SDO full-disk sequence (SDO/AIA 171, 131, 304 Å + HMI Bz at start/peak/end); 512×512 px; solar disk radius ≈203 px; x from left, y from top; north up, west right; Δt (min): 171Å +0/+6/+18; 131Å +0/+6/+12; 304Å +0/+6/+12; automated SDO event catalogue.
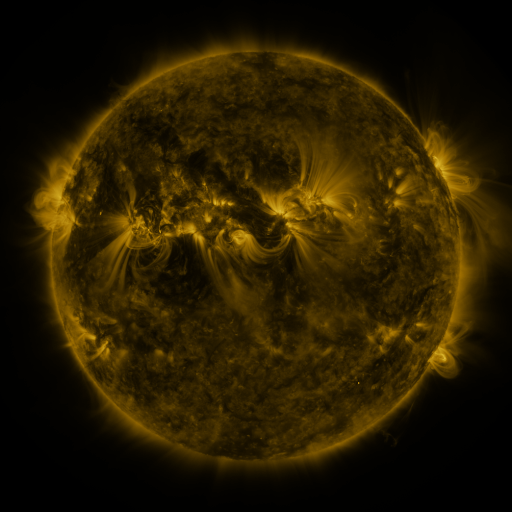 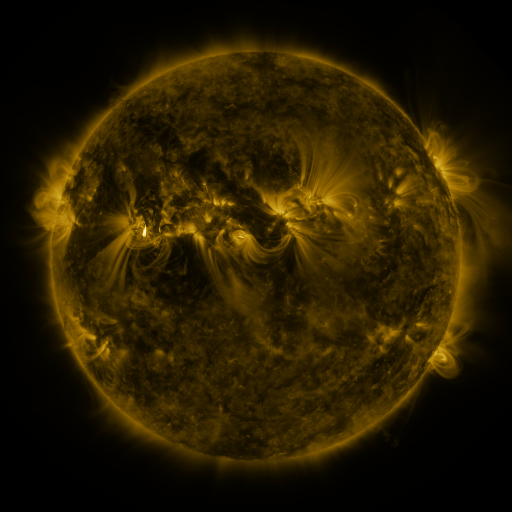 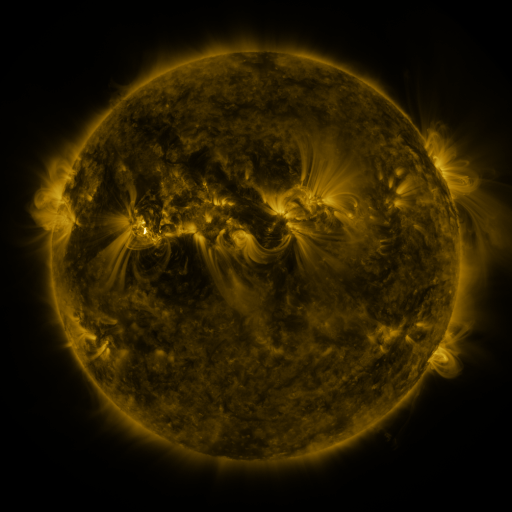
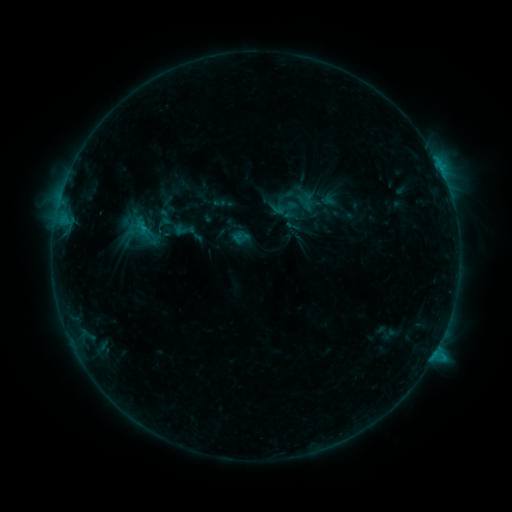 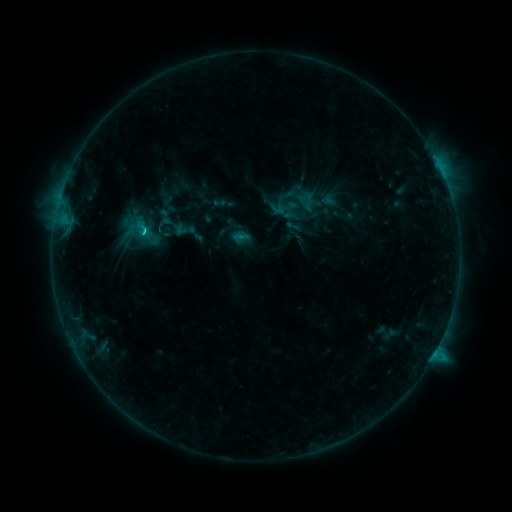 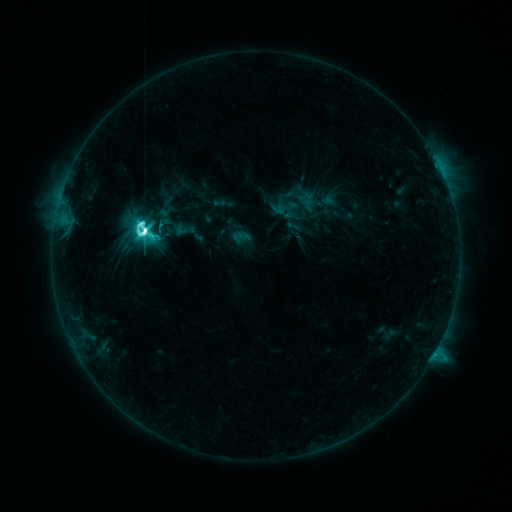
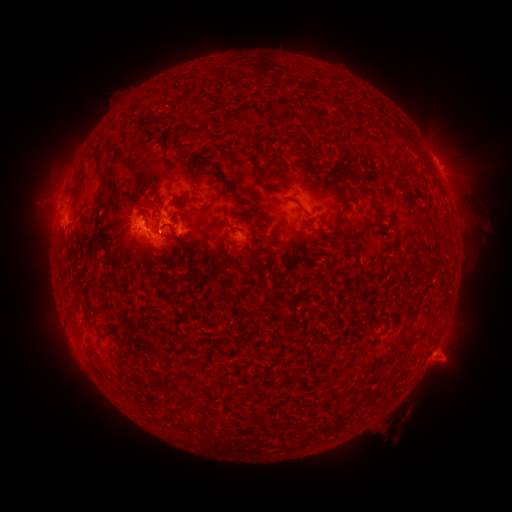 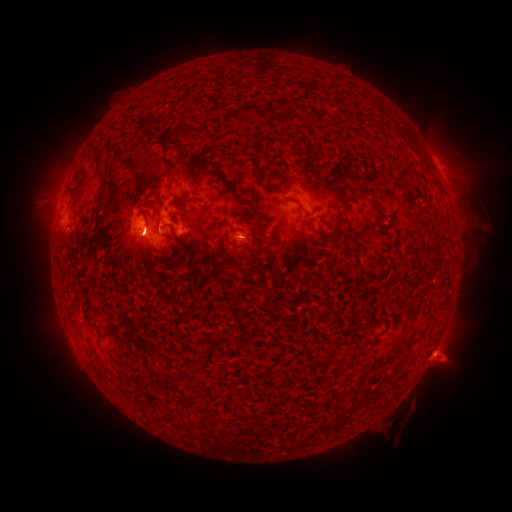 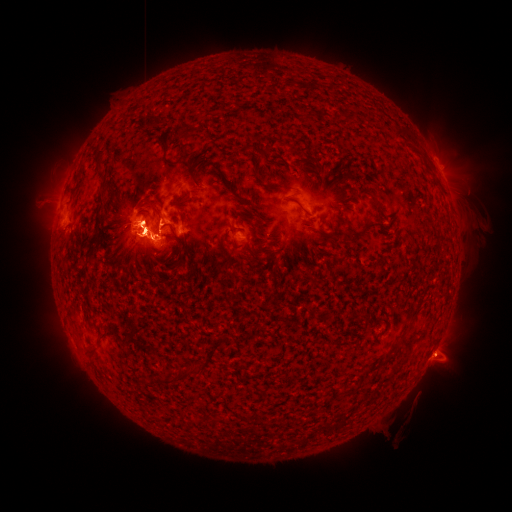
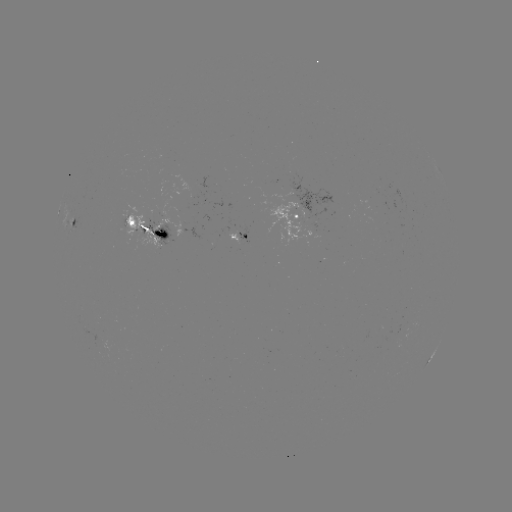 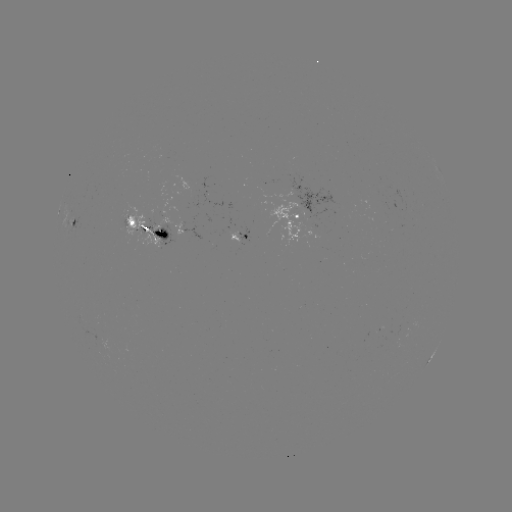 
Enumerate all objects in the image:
M4.0 flare: (144, 233)
